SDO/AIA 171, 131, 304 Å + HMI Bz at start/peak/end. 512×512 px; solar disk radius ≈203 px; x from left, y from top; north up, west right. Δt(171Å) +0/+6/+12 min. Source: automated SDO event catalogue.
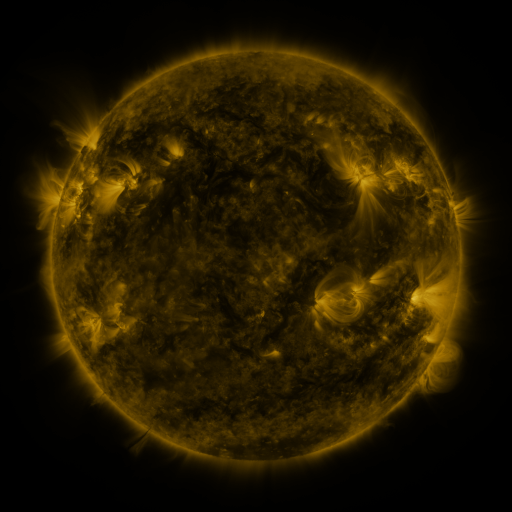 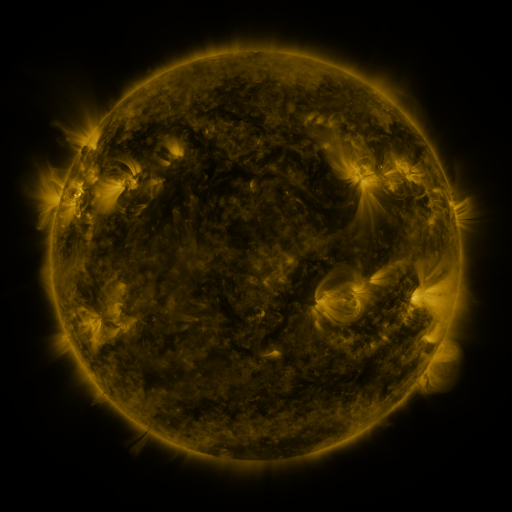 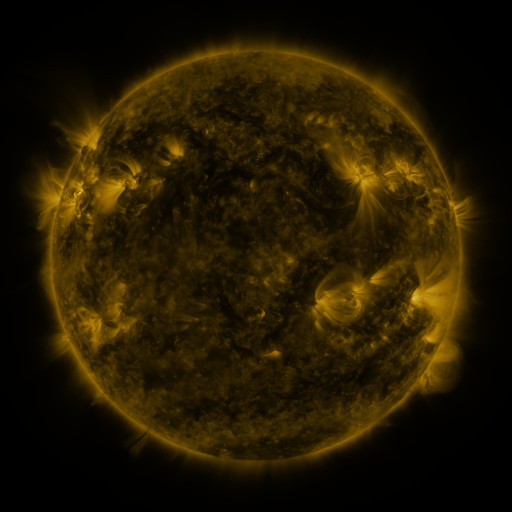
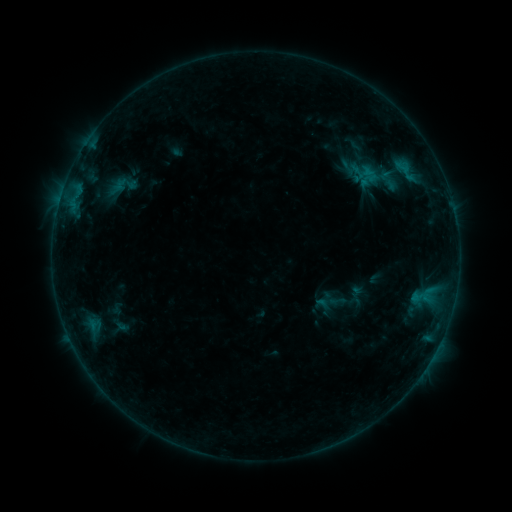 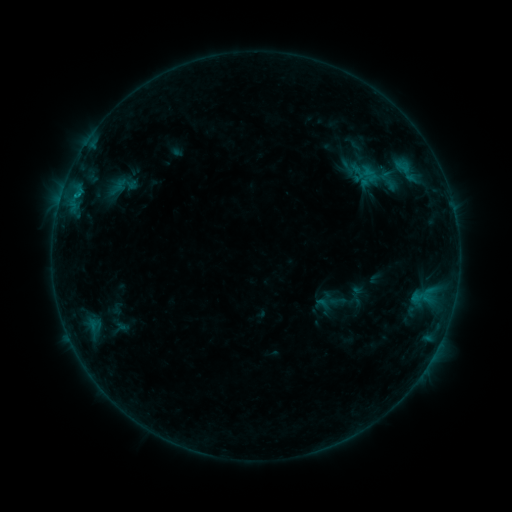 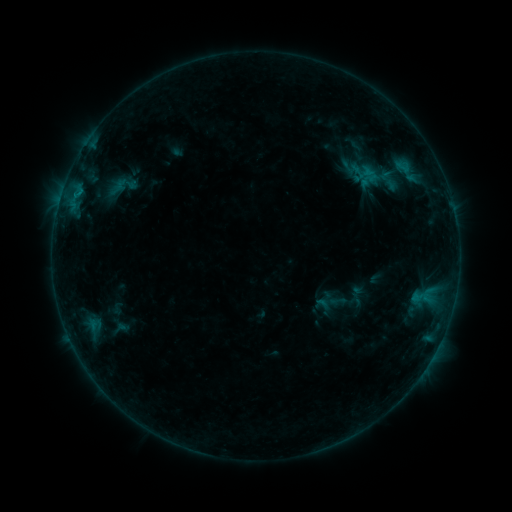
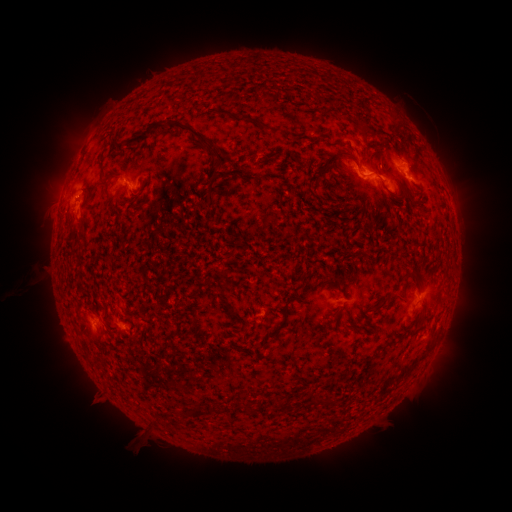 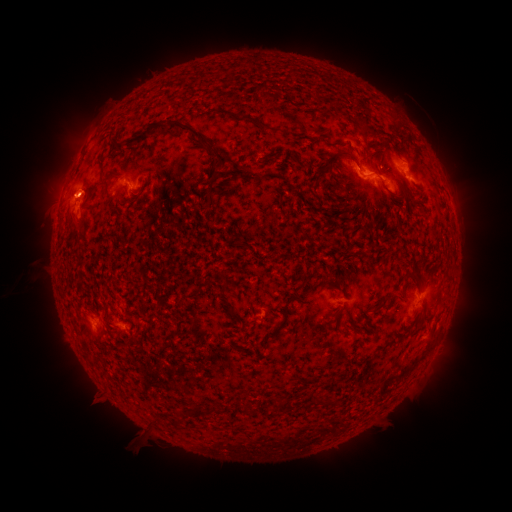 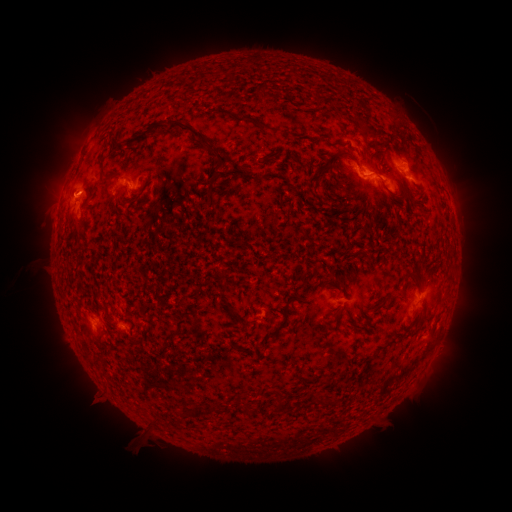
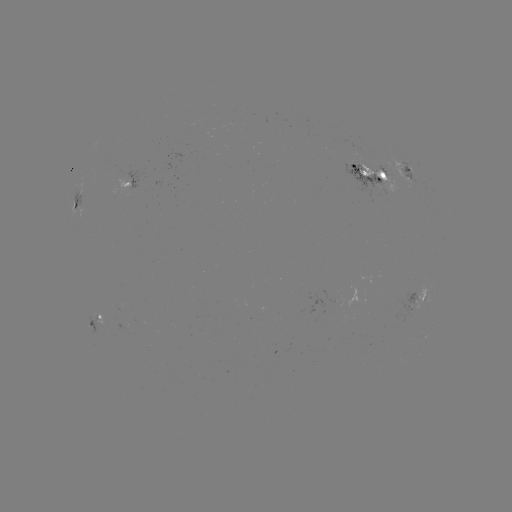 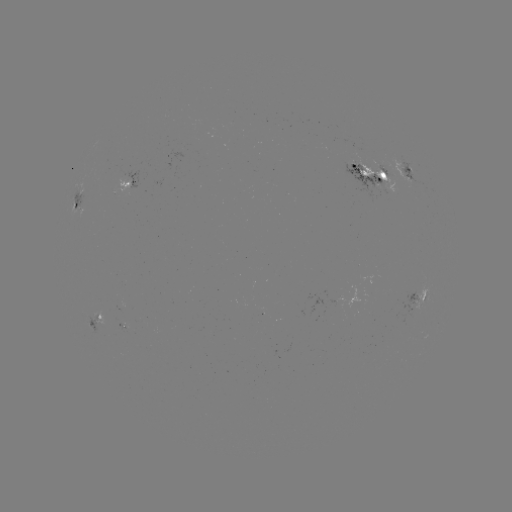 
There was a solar eruption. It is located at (78, 189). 